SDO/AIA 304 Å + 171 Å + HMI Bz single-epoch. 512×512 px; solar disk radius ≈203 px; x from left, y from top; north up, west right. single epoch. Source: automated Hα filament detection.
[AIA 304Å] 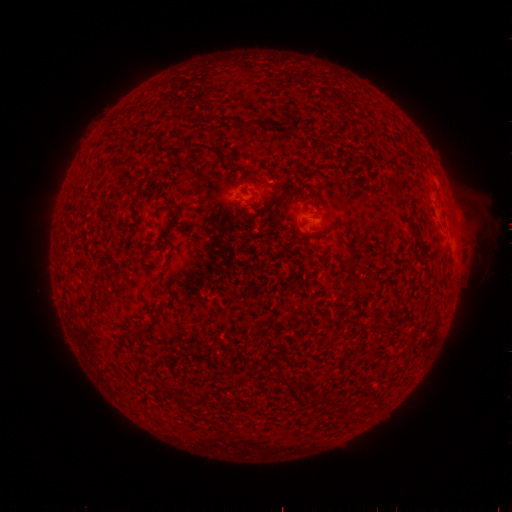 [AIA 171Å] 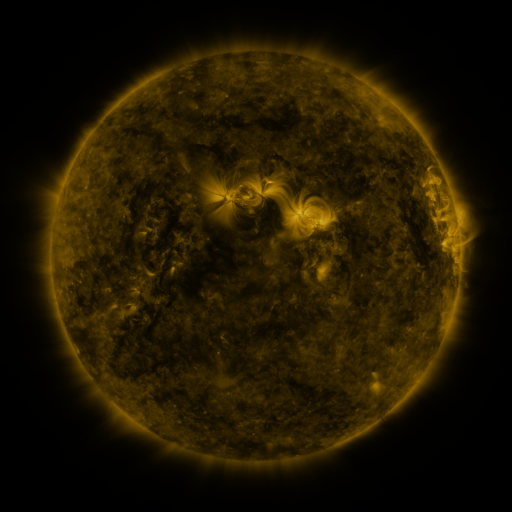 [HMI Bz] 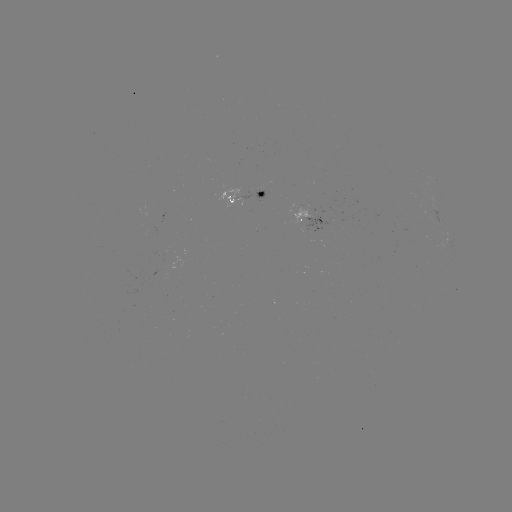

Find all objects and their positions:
filament: (249, 123)
filament: (276, 213)
filament: (290, 389)
filament: (331, 401)
